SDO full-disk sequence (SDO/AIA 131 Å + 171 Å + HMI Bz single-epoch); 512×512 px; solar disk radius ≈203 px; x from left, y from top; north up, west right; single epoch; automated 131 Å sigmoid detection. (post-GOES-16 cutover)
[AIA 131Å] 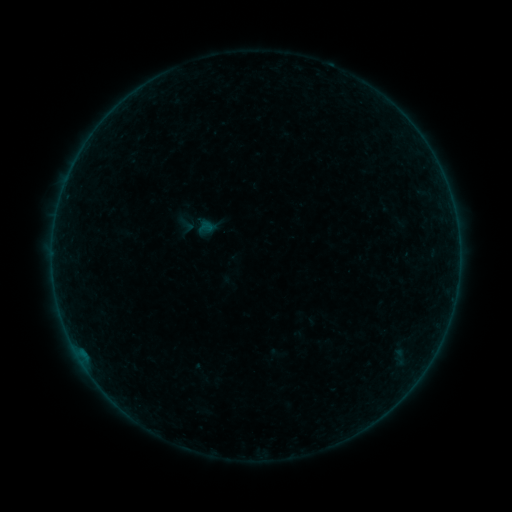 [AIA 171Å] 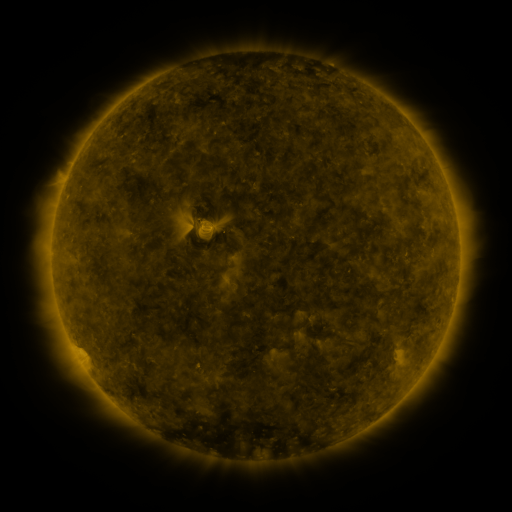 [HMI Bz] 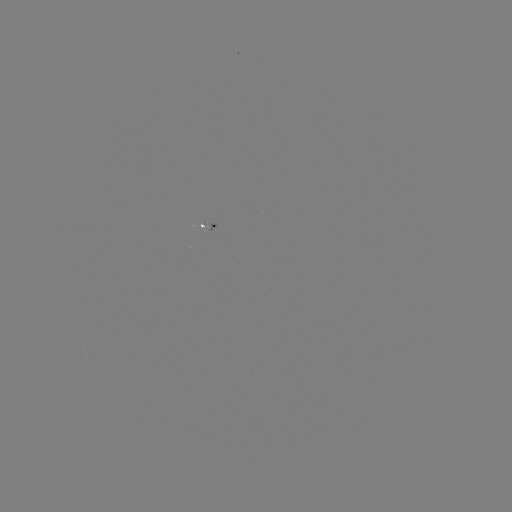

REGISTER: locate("sigmoid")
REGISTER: [187, 225]